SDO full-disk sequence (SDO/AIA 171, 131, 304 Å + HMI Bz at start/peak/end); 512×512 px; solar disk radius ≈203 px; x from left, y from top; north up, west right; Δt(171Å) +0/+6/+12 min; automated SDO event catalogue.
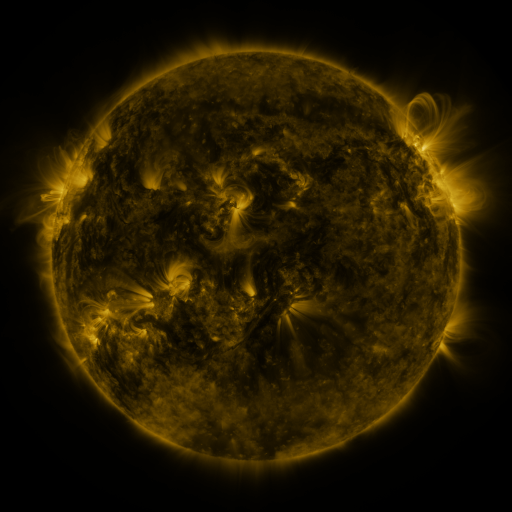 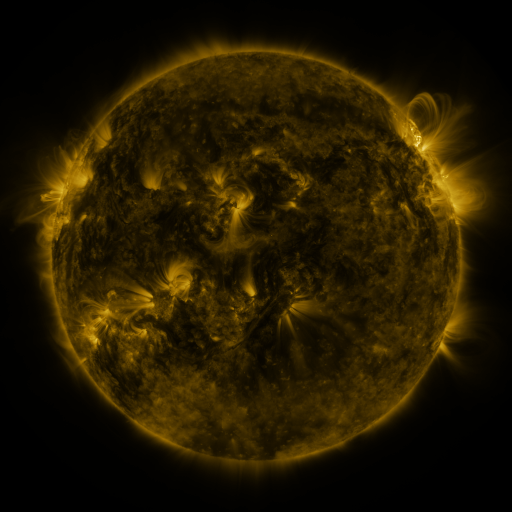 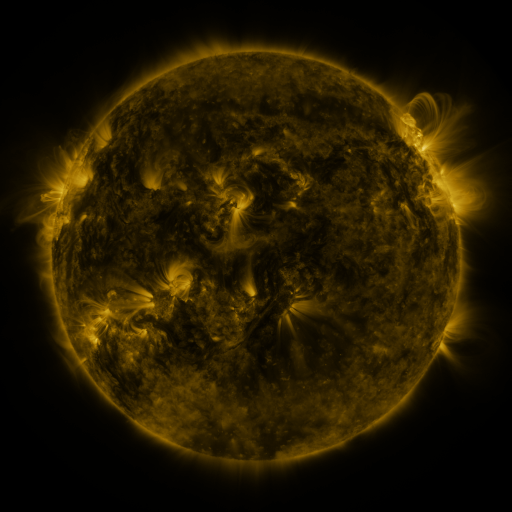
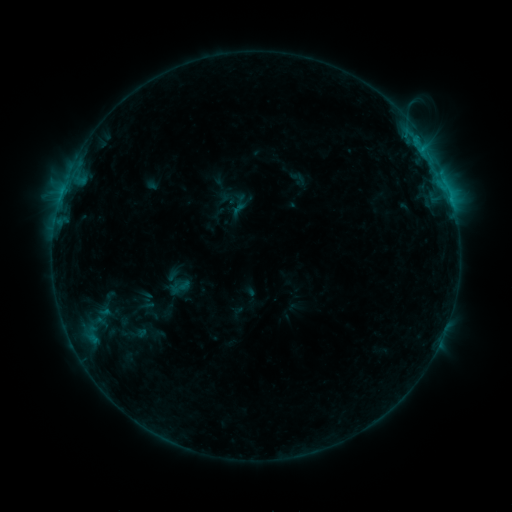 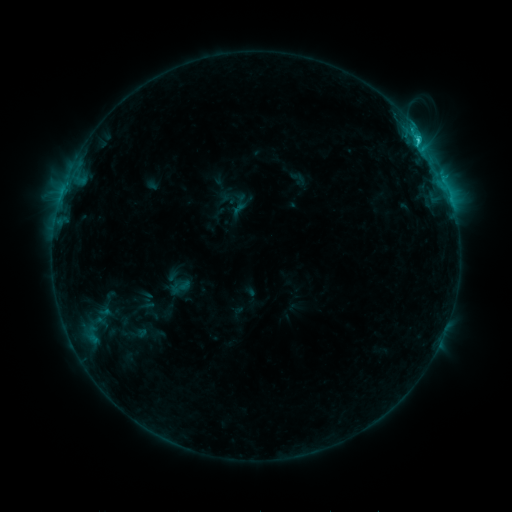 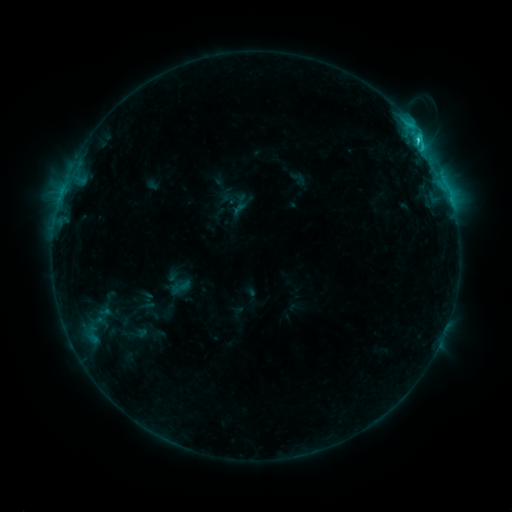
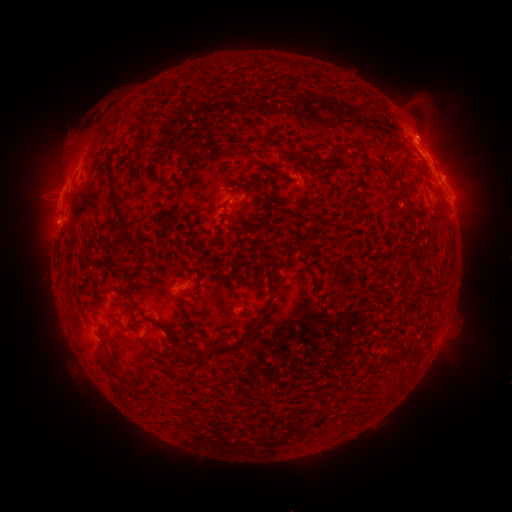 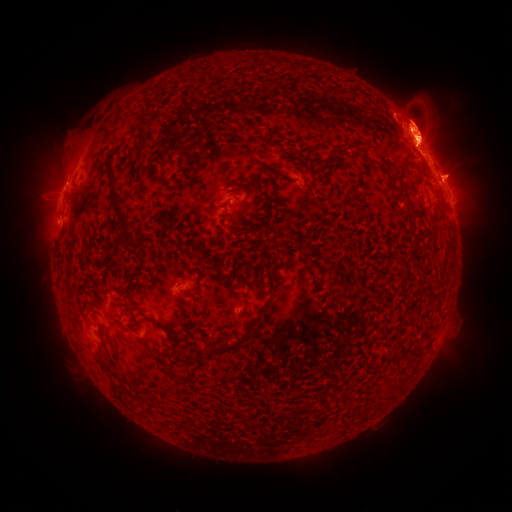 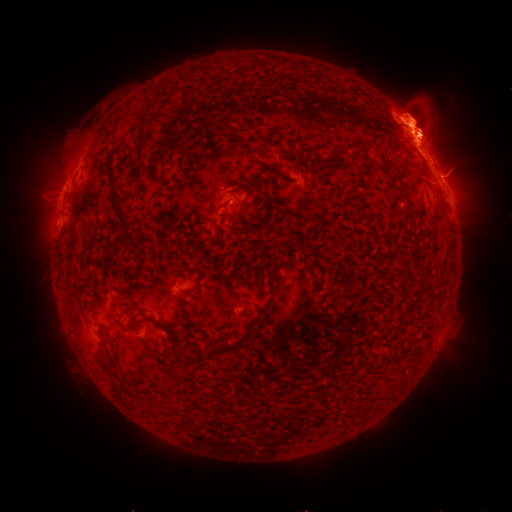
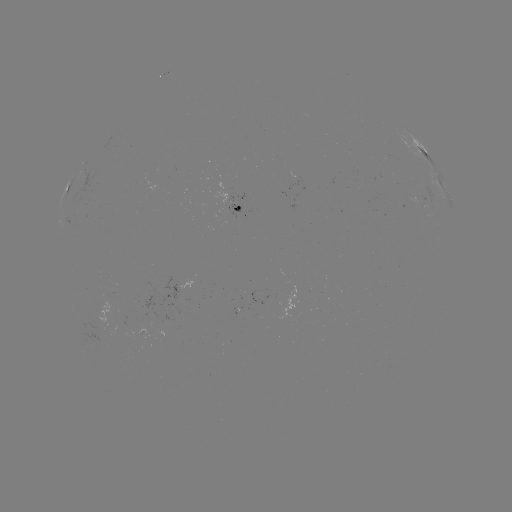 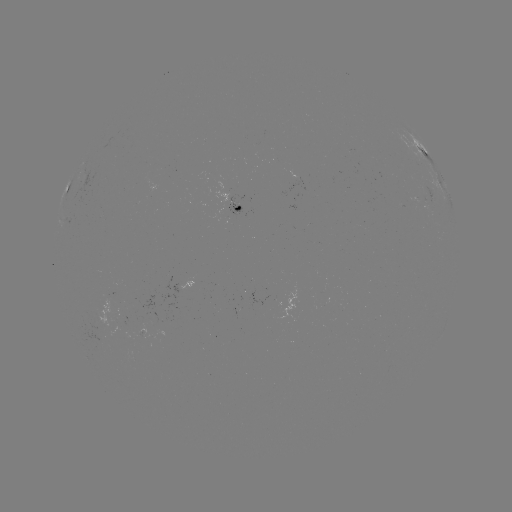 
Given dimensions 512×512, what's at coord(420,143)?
C2.8 flare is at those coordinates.